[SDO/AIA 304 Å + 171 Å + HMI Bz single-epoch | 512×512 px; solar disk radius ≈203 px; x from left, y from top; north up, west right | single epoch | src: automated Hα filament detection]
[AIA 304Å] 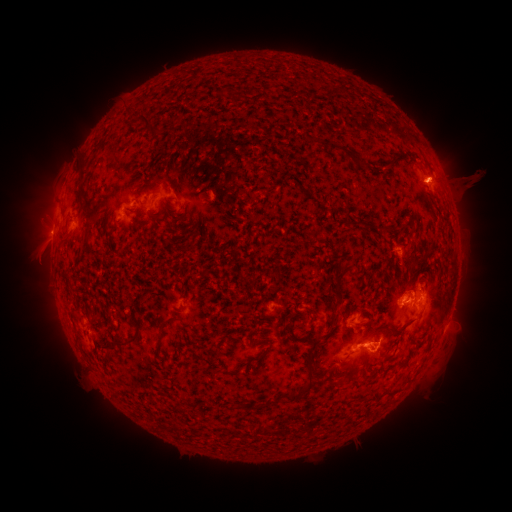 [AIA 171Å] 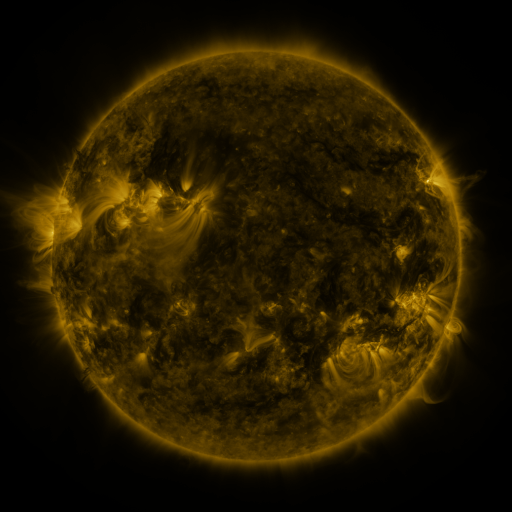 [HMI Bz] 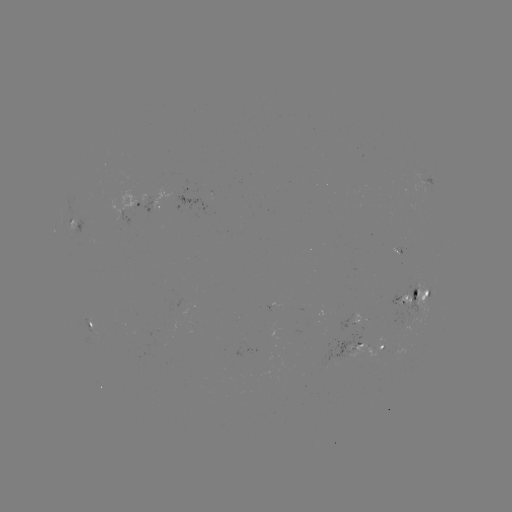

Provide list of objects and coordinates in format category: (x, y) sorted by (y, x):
filament: (226, 93)
filament: (148, 128)
filament: (312, 139)
filament: (344, 150)
filament: (392, 157)
filament: (81, 184)
filament: (166, 184)
filament: (154, 199)
filament: (414, 214)
filament: (93, 220)
filament: (386, 227)
filament: (62, 239)
filament: (111, 240)
filament: (300, 242)
filament: (88, 244)
filament: (338, 282)
filament: (336, 315)
filament: (165, 327)
filament: (399, 329)
filament: (267, 334)
filament: (302, 339)
filament: (127, 346)
filament: (261, 356)
filament: (312, 369)
filament: (253, 406)
